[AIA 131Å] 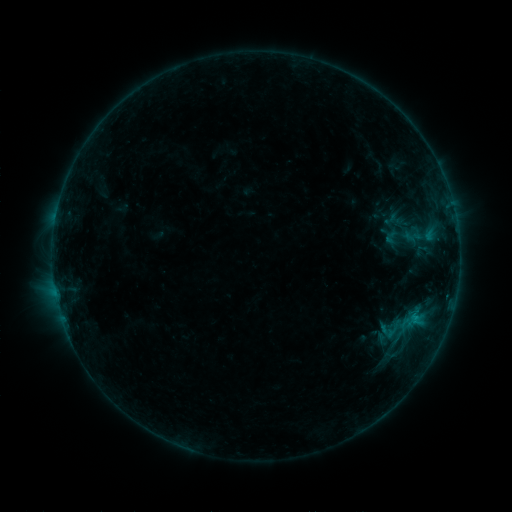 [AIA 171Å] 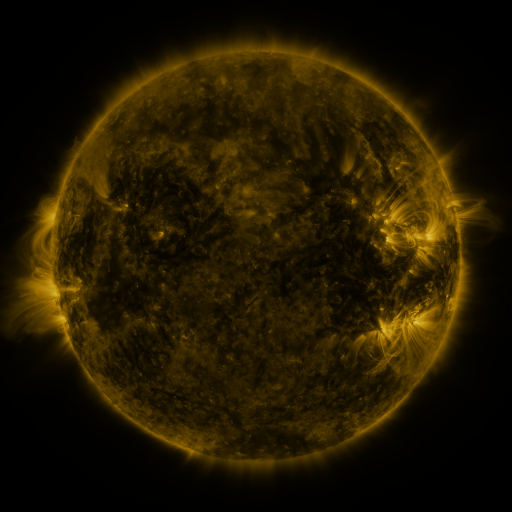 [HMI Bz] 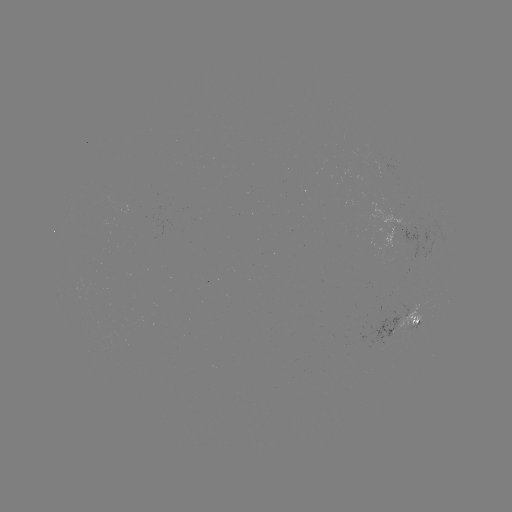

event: sigmoid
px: (391, 237)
